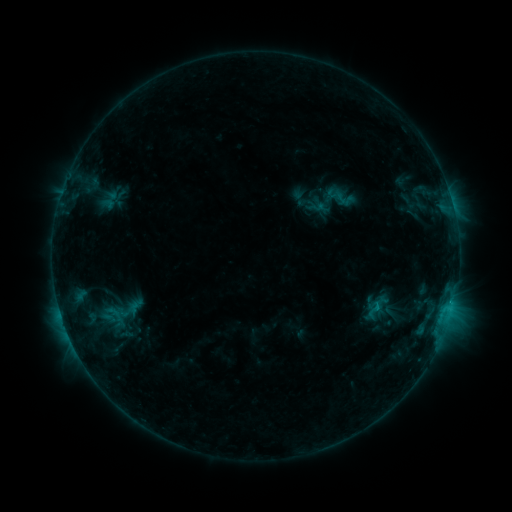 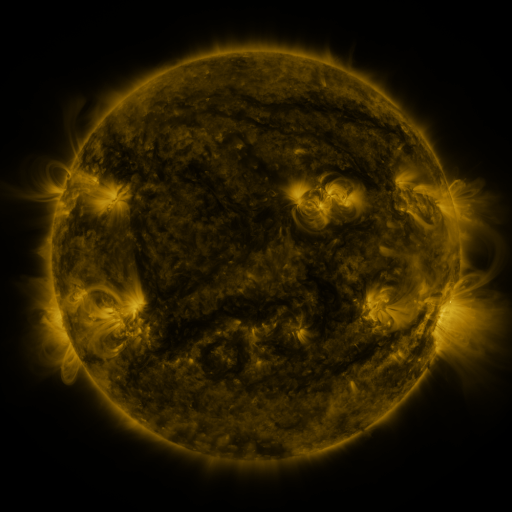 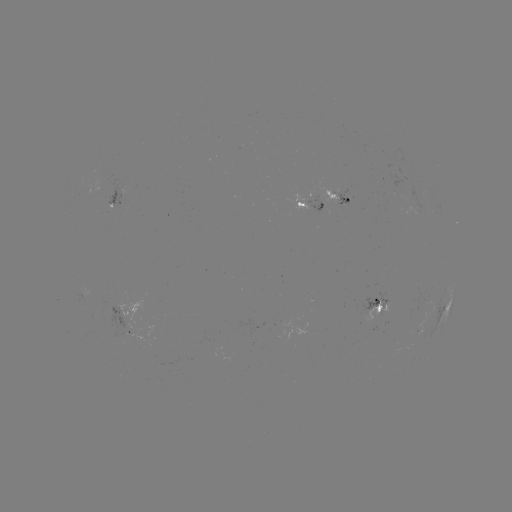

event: sigmoid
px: (340, 198)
